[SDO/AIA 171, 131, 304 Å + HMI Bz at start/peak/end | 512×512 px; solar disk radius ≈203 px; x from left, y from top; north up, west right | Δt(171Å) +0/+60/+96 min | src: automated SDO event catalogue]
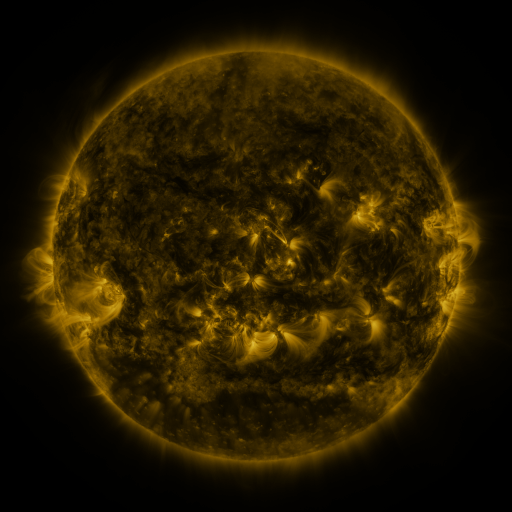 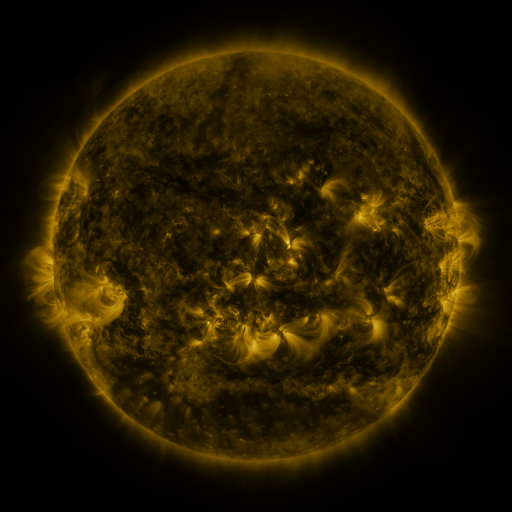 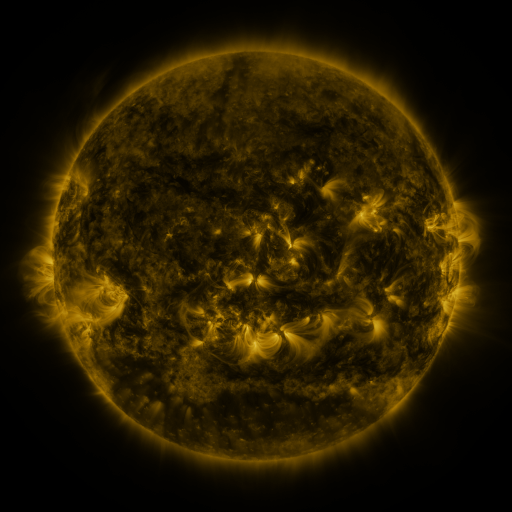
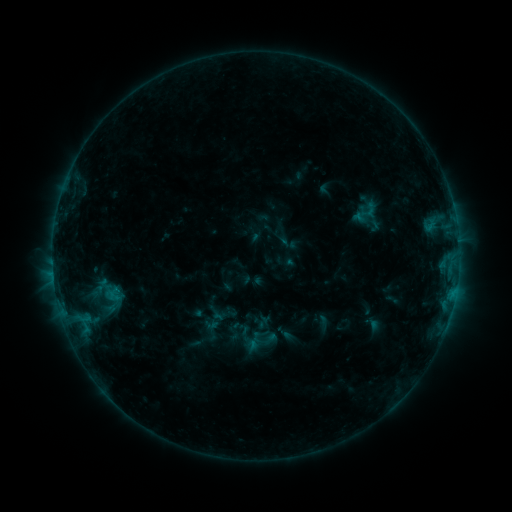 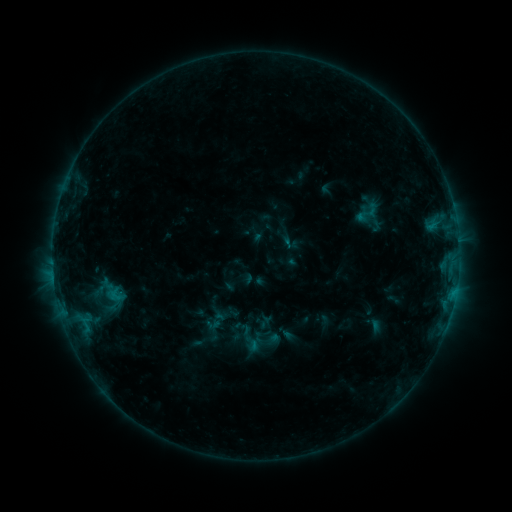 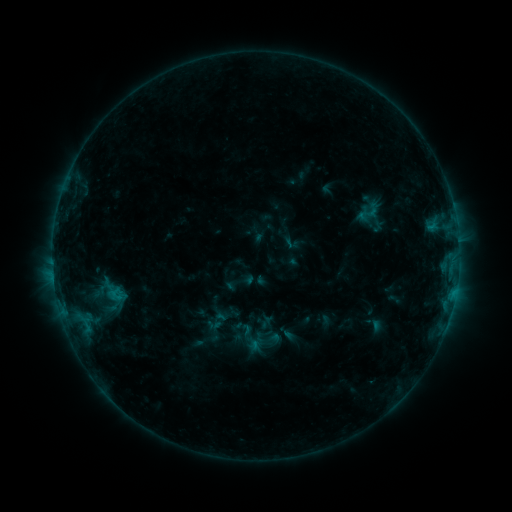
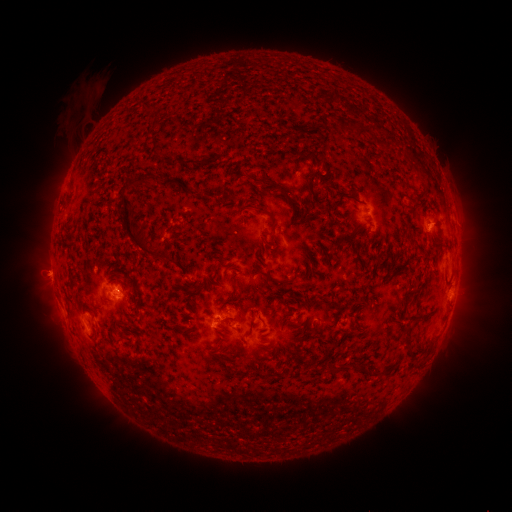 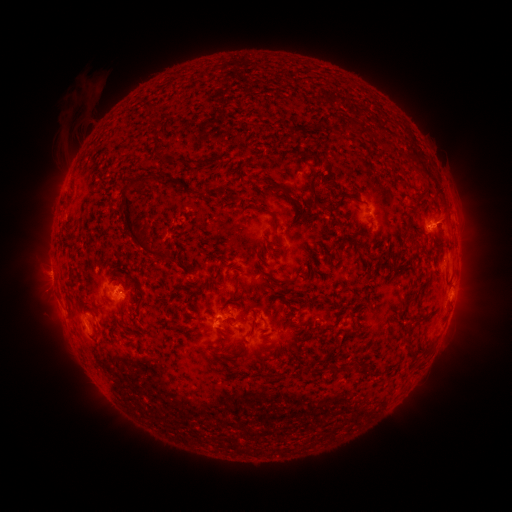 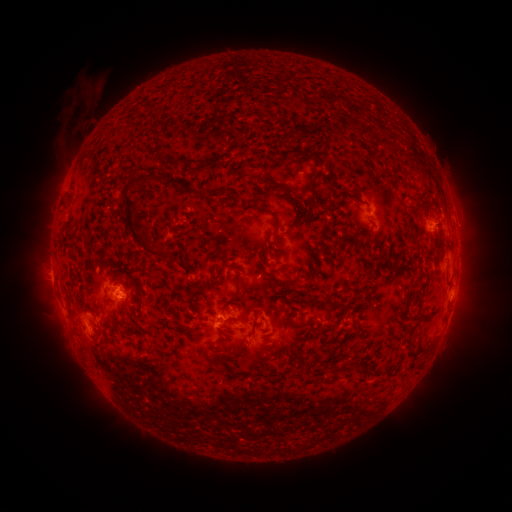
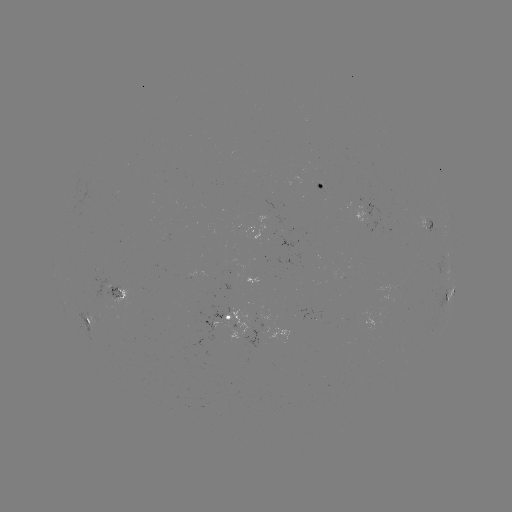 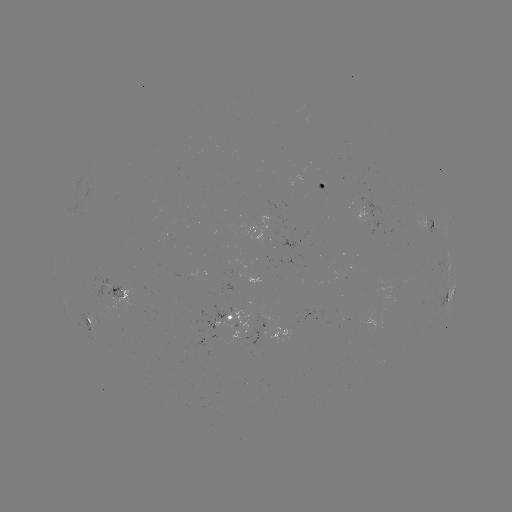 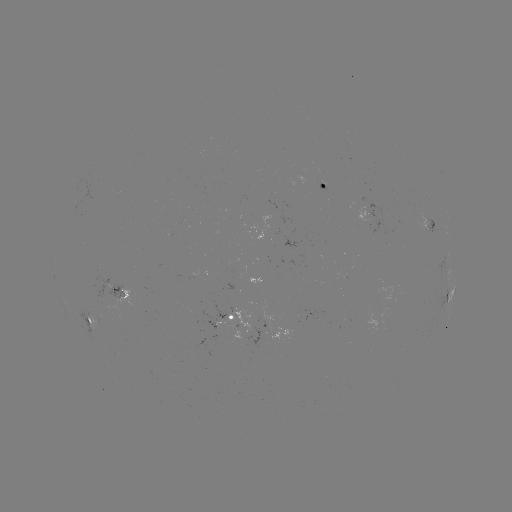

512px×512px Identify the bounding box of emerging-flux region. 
[397, 280, 407, 290].